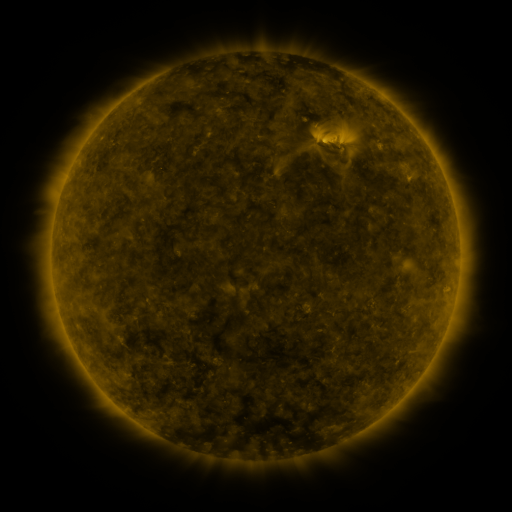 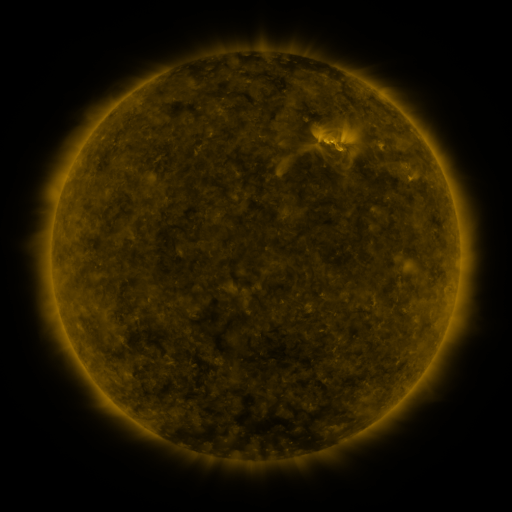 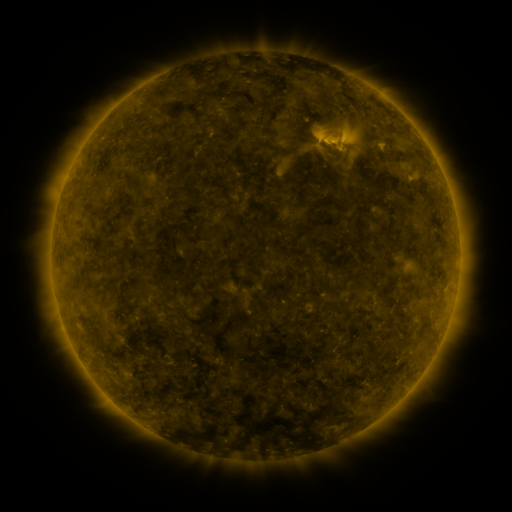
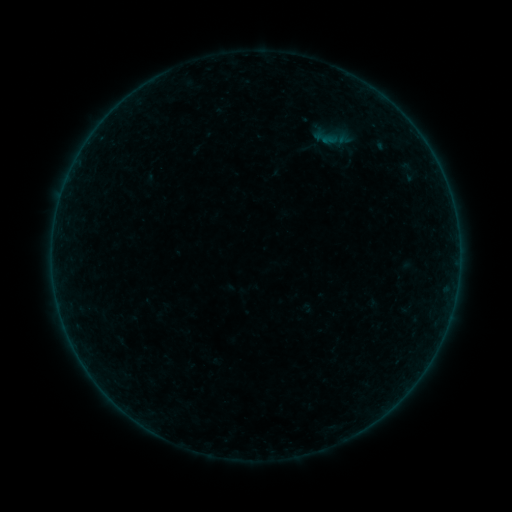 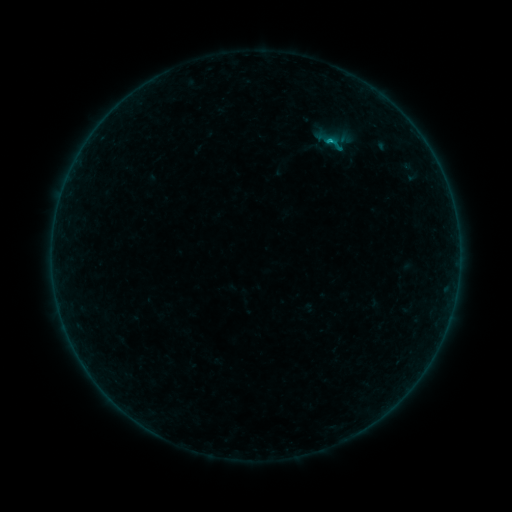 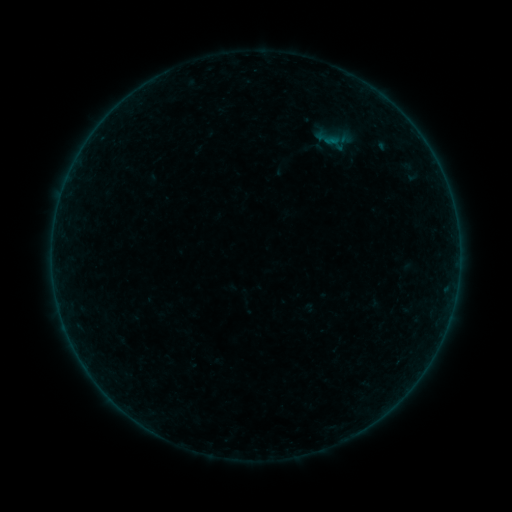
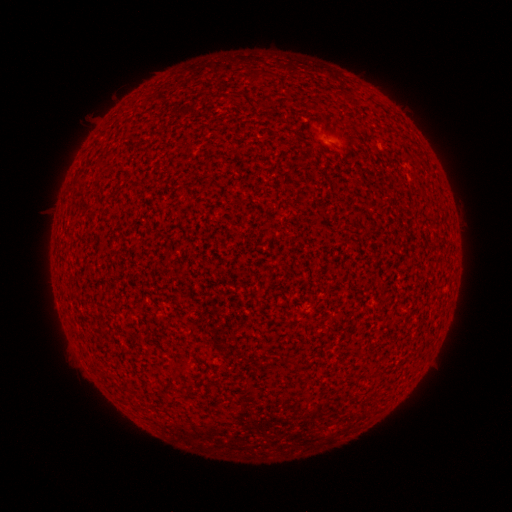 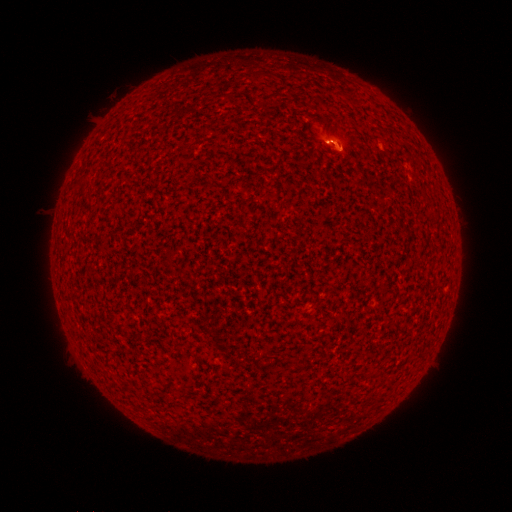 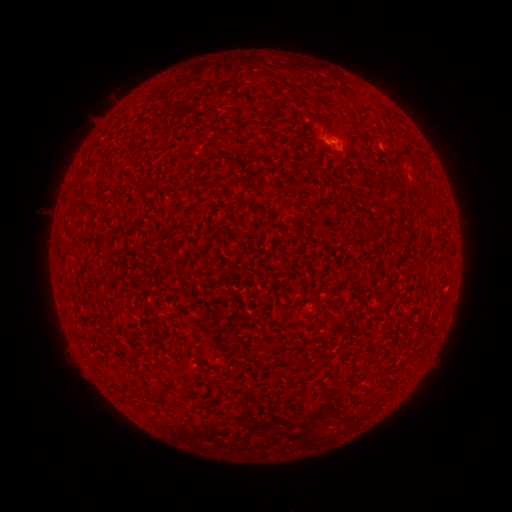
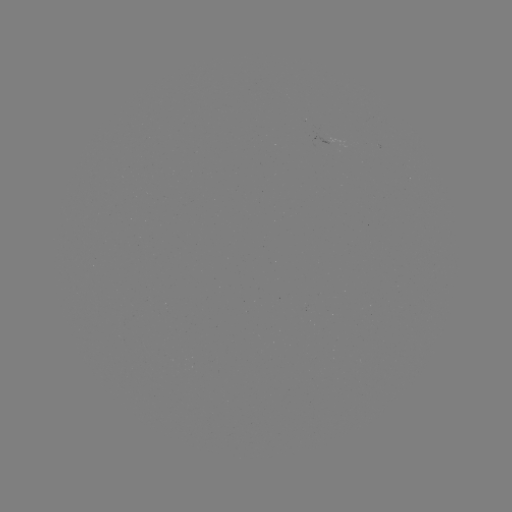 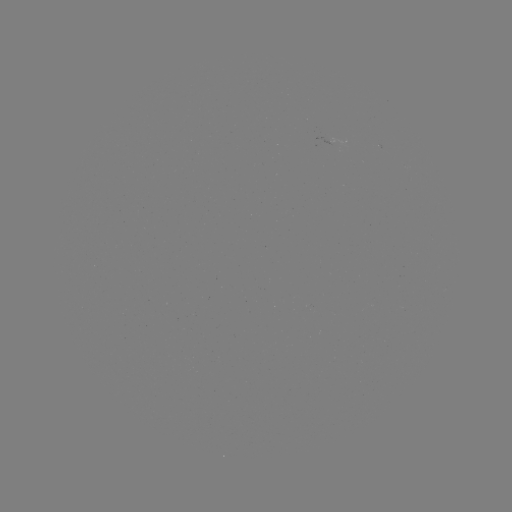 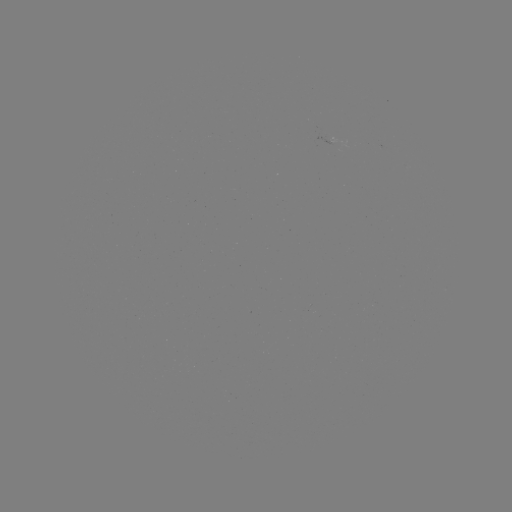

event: flare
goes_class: B4.5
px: (329, 143)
